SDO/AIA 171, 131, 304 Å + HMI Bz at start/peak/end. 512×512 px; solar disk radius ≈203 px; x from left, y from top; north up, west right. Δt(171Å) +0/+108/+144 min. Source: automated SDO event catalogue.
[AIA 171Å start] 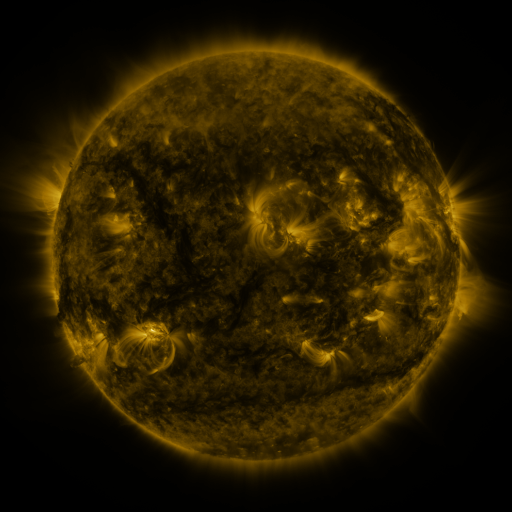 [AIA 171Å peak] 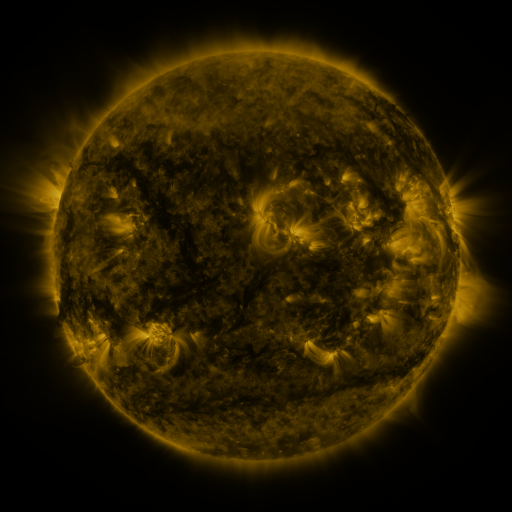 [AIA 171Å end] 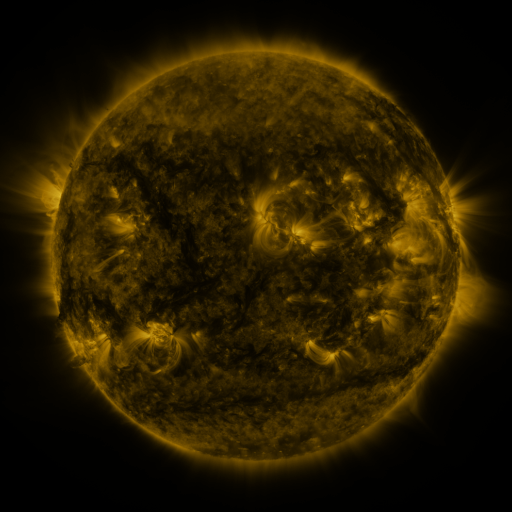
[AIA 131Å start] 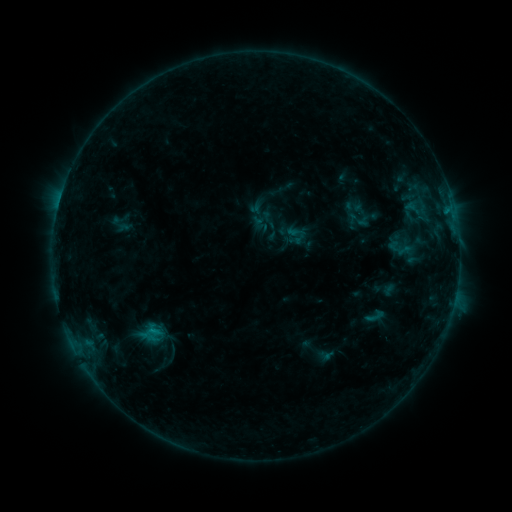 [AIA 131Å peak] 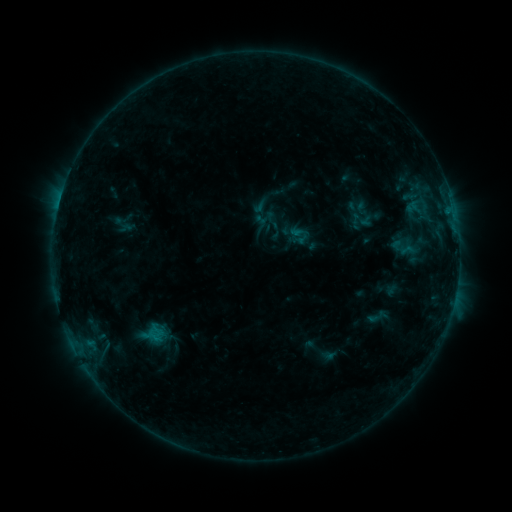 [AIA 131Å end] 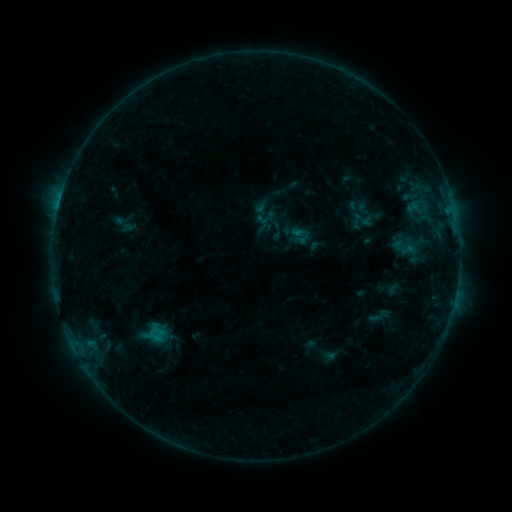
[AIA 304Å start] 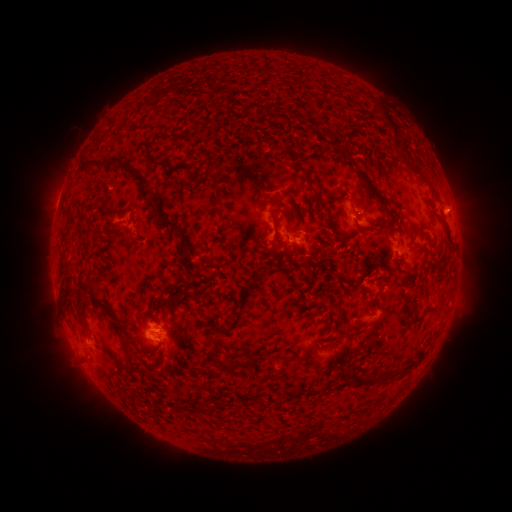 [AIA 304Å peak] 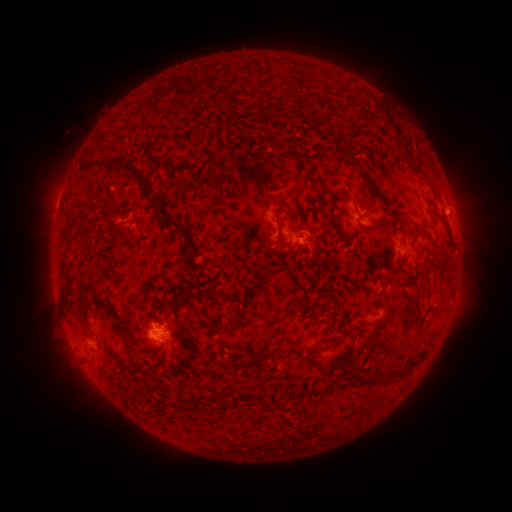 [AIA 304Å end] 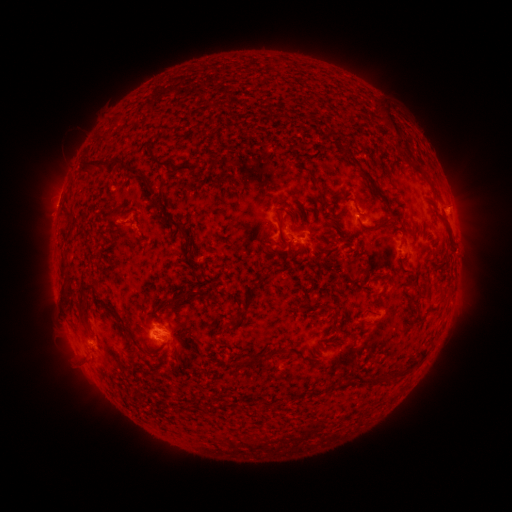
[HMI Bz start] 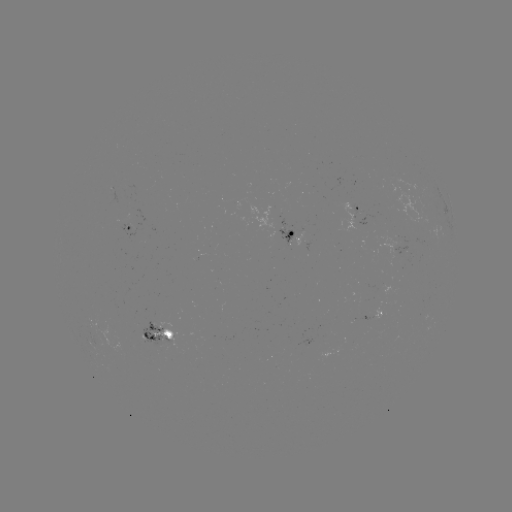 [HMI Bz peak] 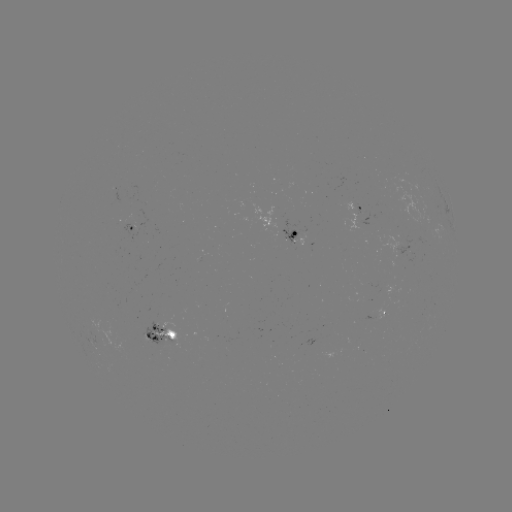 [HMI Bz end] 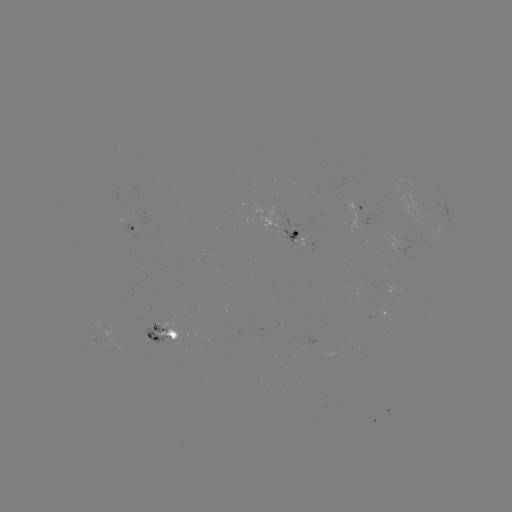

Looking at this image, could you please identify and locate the emerging-flux region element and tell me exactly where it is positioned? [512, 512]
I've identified emerging-flux region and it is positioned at (160, 329).